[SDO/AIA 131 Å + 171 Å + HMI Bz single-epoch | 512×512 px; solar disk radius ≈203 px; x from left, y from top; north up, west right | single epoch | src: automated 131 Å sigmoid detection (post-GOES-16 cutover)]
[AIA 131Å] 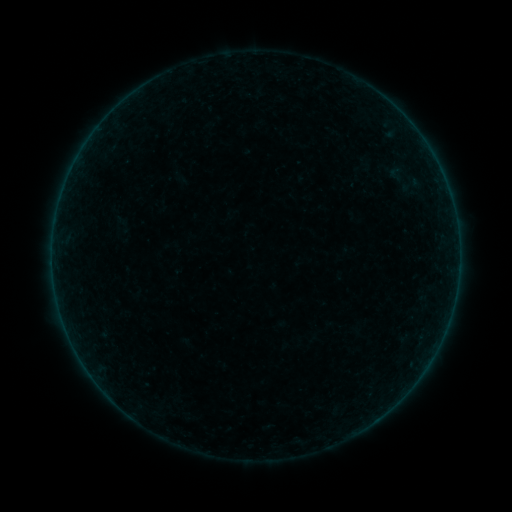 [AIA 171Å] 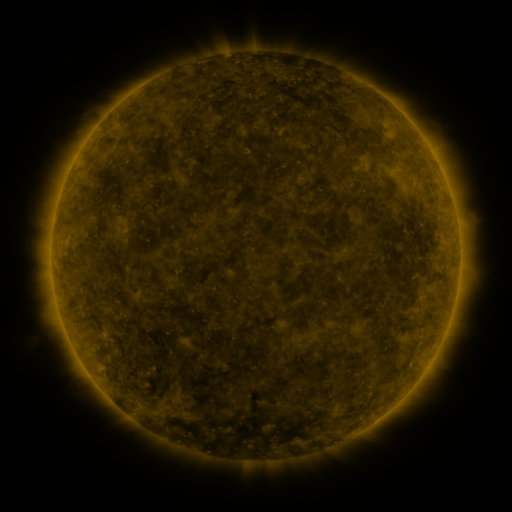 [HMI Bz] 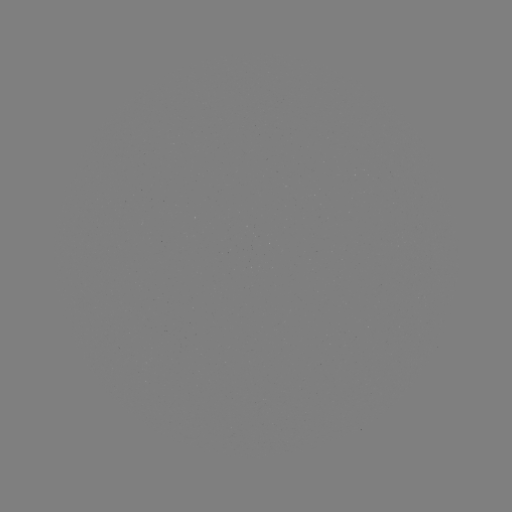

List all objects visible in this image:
sigmoid: [382, 163, 409, 186]
